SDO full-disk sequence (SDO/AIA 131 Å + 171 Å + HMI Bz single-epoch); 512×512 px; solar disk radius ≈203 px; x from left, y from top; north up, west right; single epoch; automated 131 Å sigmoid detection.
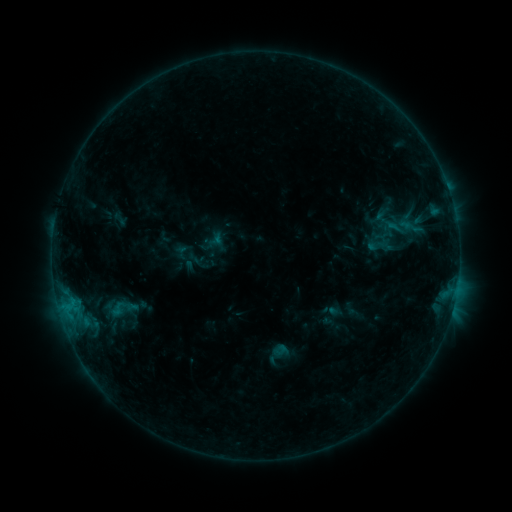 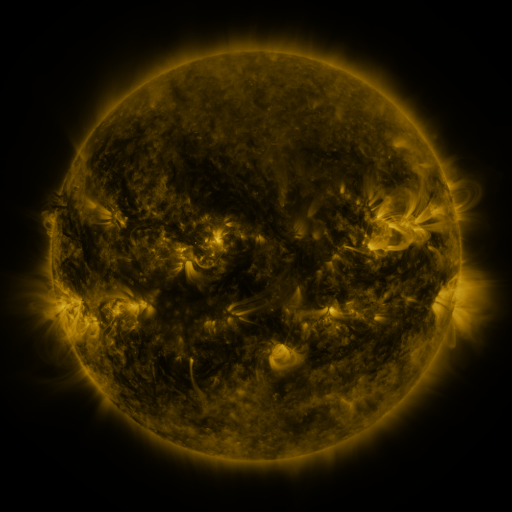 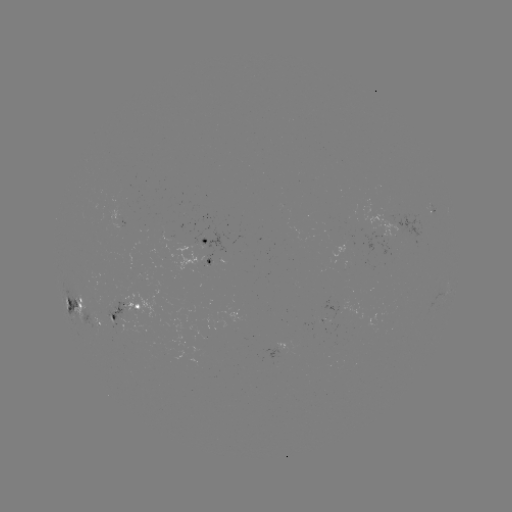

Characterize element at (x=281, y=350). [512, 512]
sigmoid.